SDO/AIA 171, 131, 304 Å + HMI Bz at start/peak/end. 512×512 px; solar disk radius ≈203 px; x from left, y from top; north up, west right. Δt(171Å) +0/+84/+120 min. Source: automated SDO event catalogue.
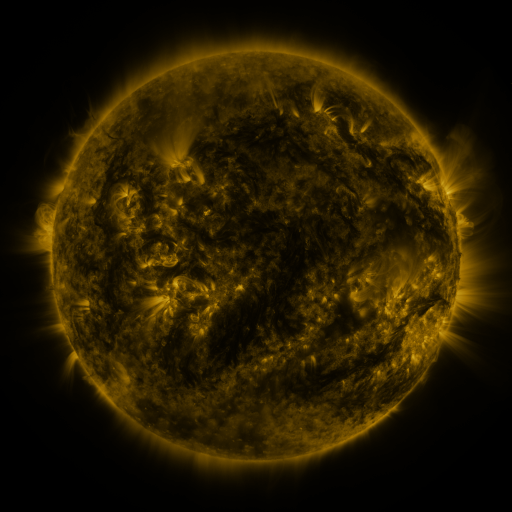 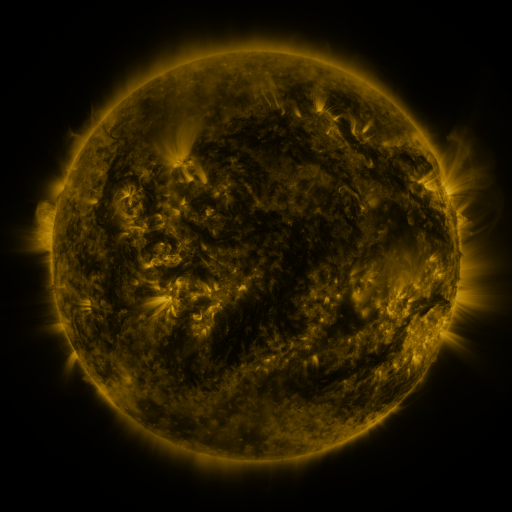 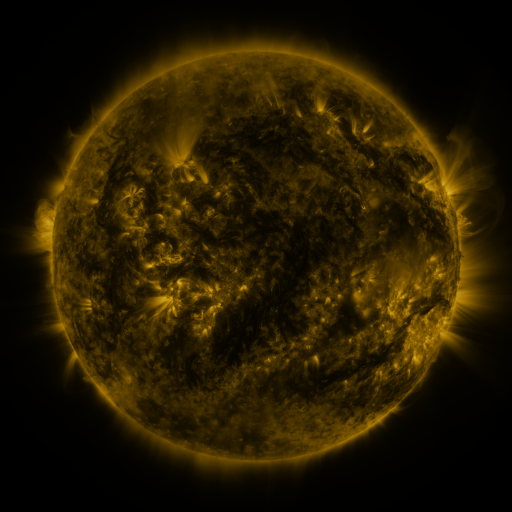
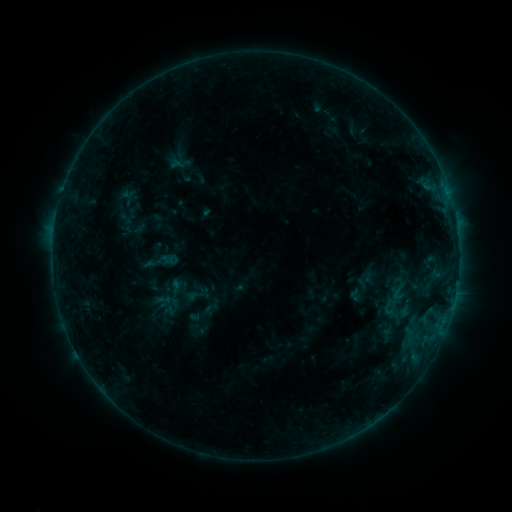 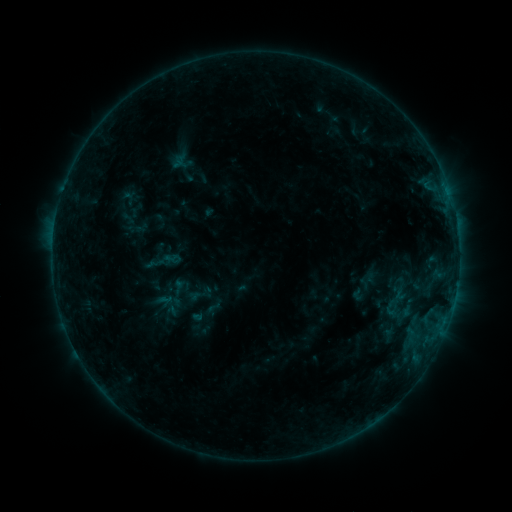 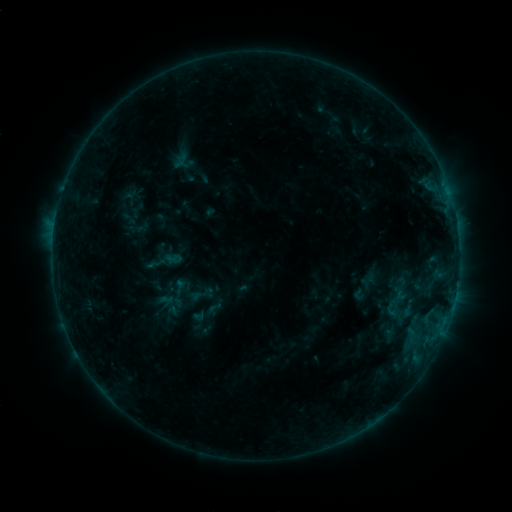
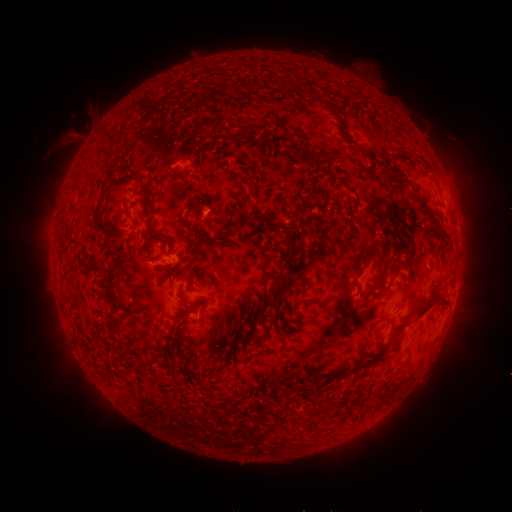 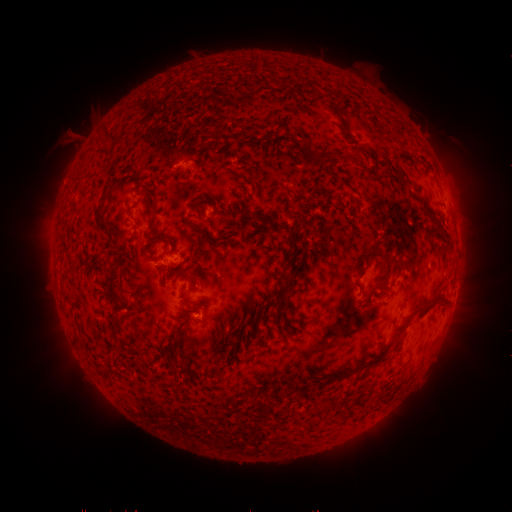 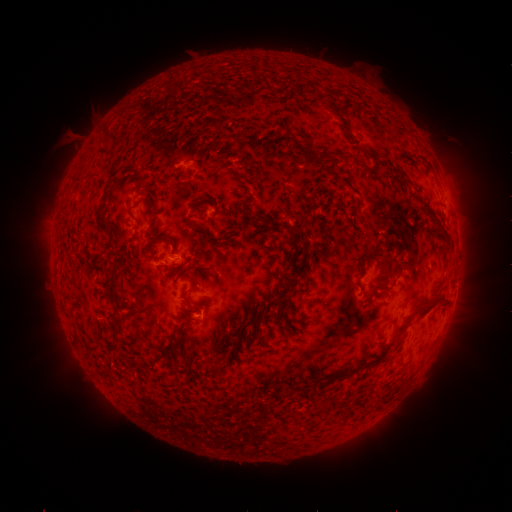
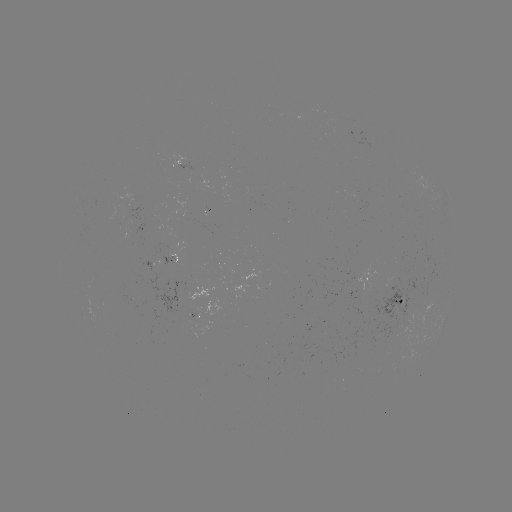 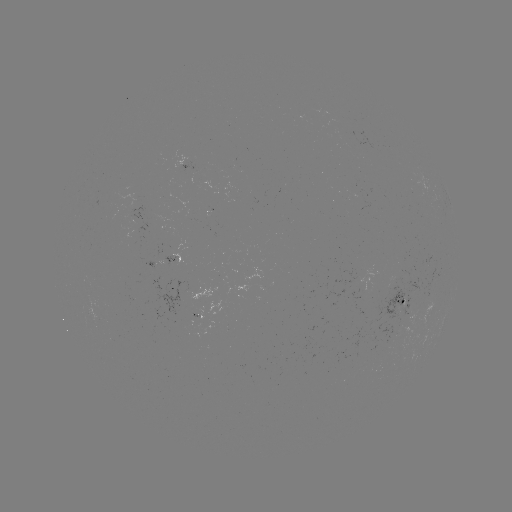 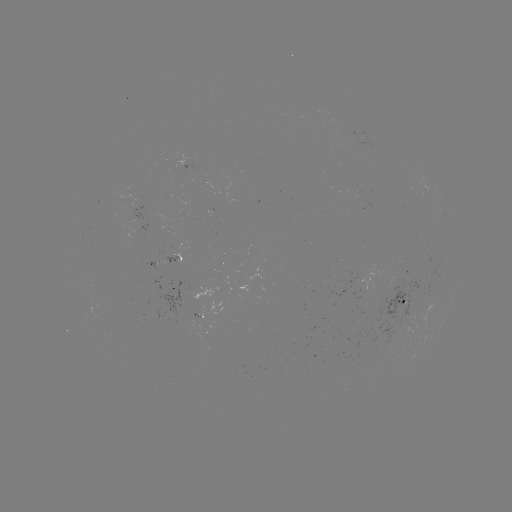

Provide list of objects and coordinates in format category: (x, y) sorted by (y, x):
emerging-flux region: (420, 204)
